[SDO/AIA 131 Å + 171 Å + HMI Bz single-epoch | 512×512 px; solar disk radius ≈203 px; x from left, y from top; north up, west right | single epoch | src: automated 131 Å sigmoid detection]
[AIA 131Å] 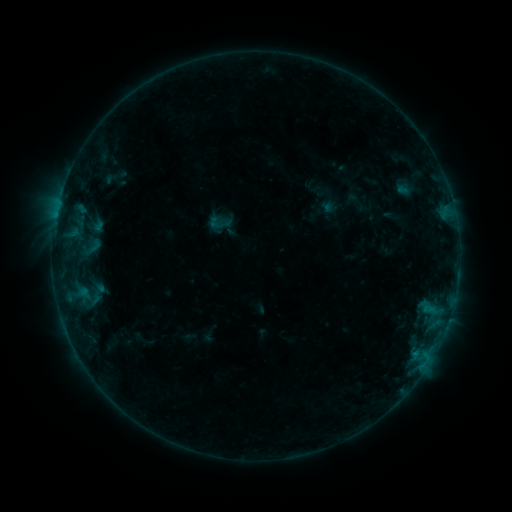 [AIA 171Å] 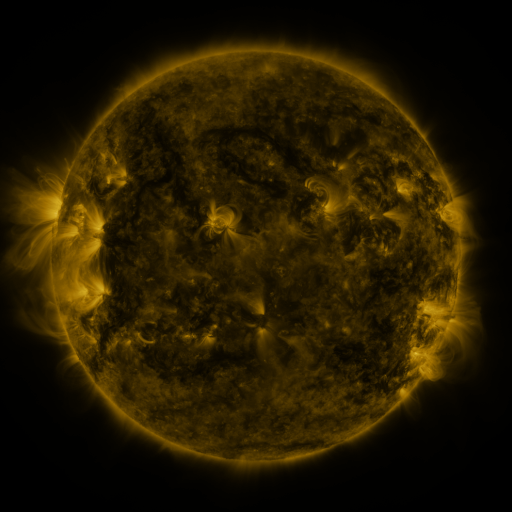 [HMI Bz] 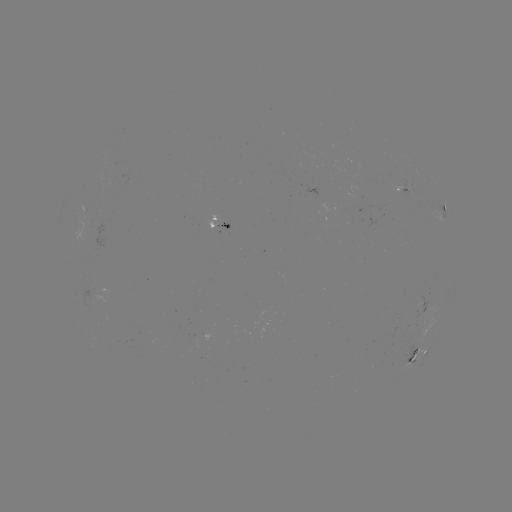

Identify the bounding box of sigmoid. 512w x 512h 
[85, 237, 103, 255].